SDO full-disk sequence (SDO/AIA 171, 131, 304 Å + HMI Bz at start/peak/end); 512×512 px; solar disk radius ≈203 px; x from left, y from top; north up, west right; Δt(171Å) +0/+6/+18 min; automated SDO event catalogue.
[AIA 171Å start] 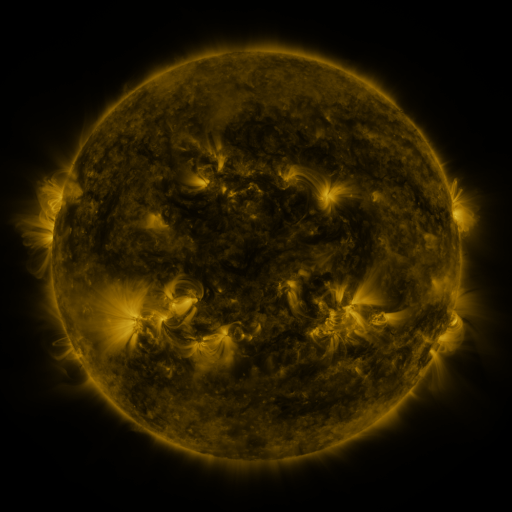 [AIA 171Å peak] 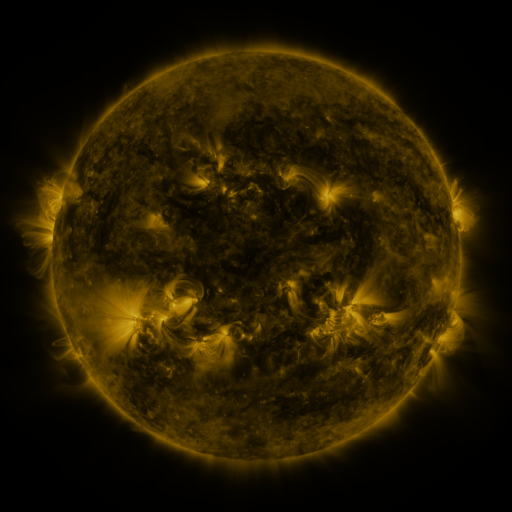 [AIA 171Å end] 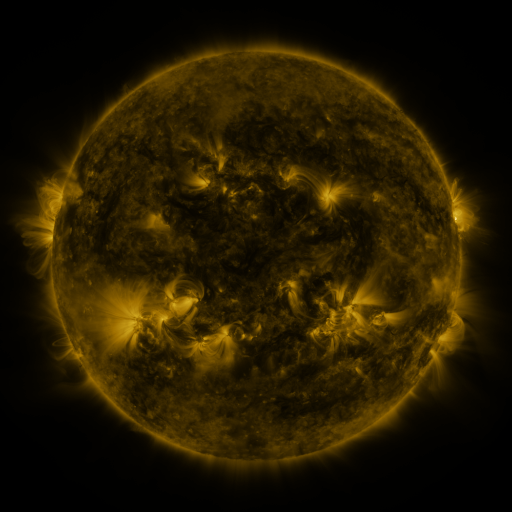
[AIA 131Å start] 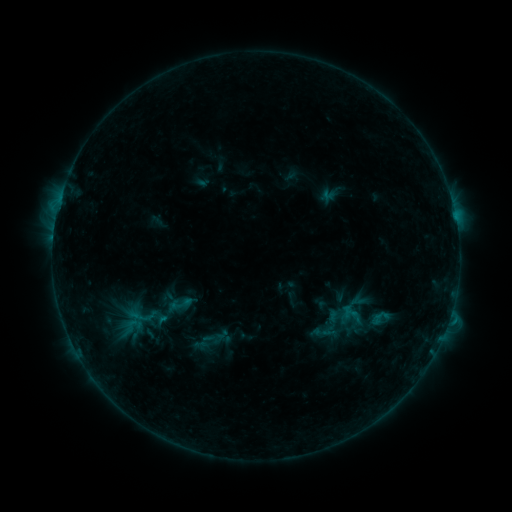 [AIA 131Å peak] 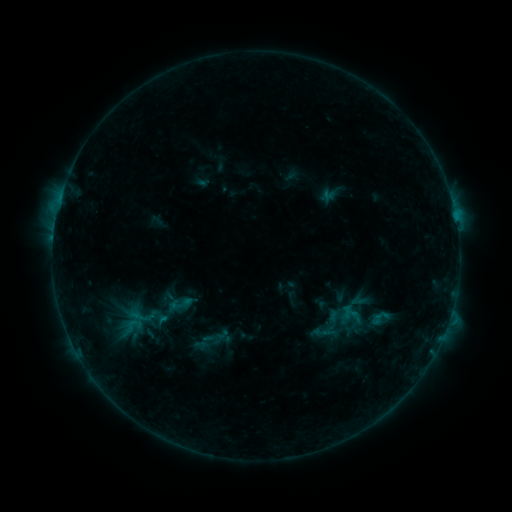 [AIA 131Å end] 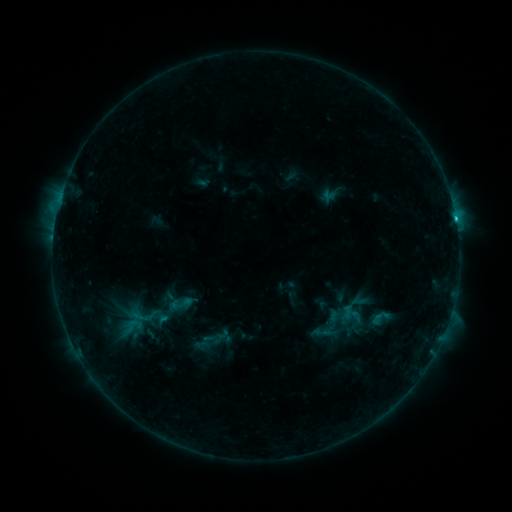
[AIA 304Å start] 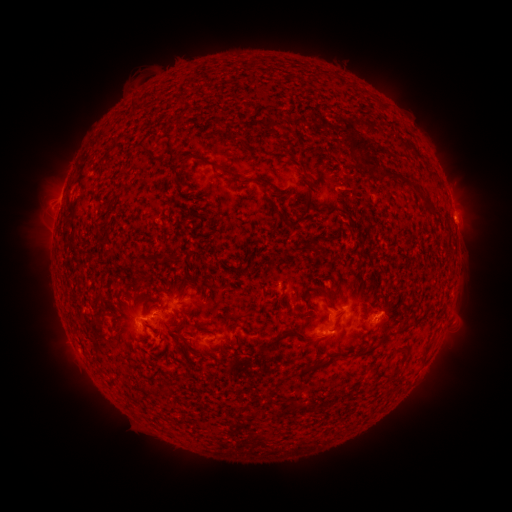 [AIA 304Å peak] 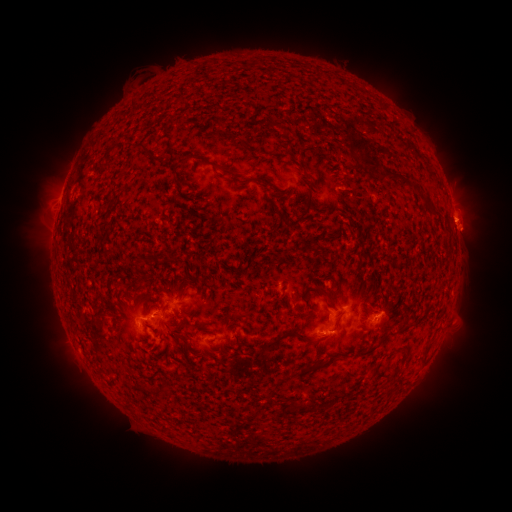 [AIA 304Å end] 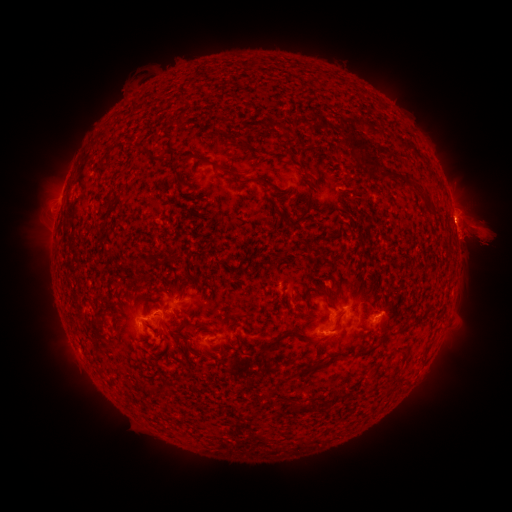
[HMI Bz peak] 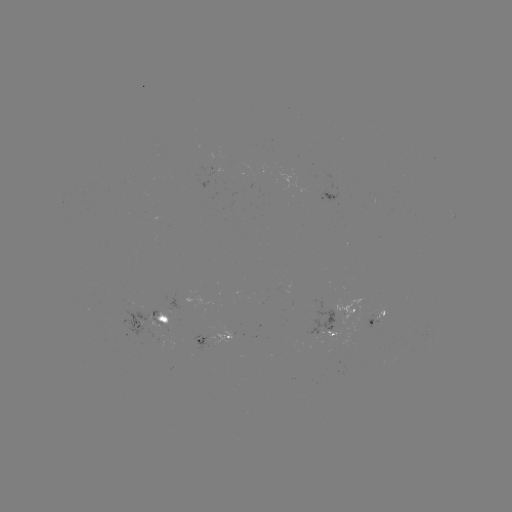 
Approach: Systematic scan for C1.8 flare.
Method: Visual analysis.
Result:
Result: C1.8 flare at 455,220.